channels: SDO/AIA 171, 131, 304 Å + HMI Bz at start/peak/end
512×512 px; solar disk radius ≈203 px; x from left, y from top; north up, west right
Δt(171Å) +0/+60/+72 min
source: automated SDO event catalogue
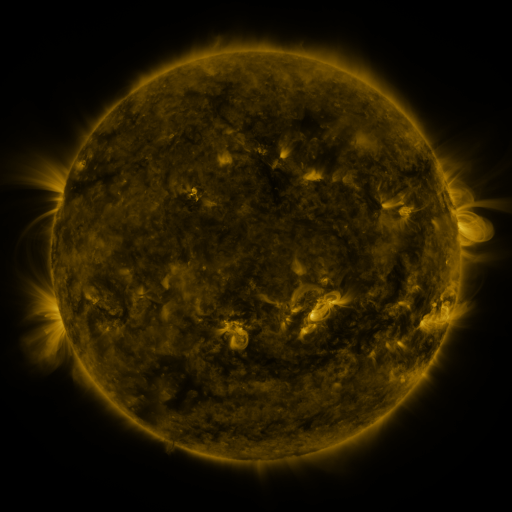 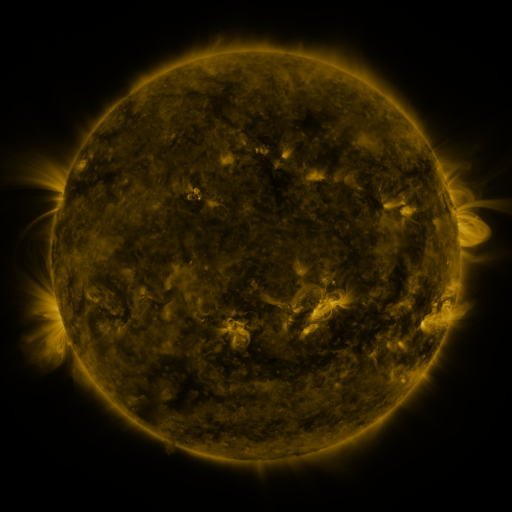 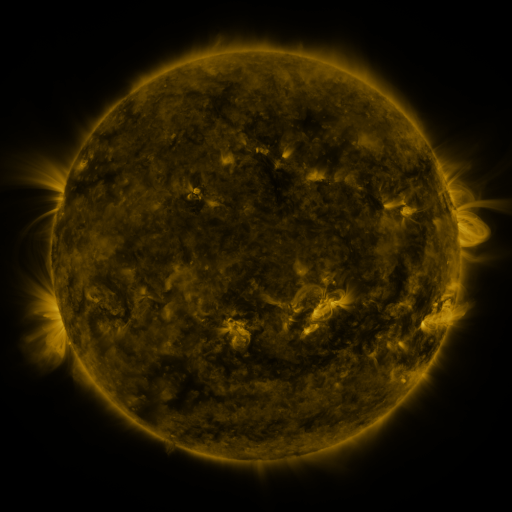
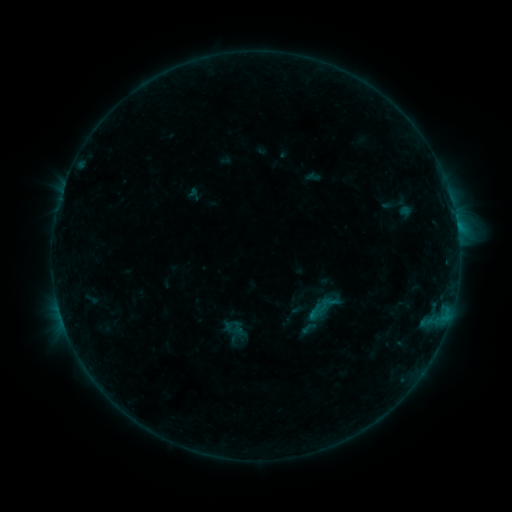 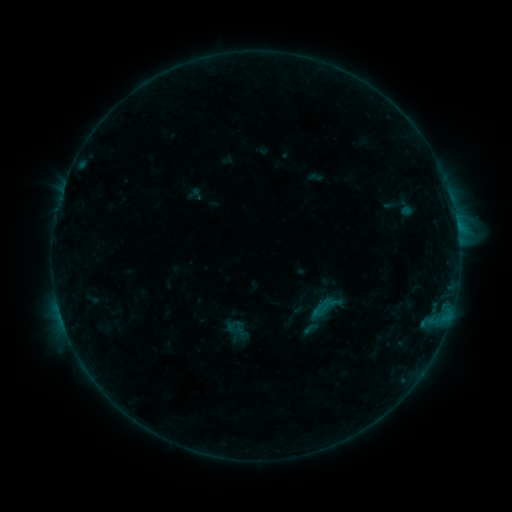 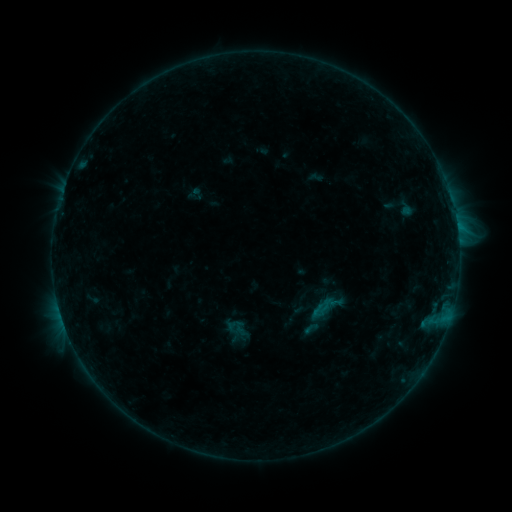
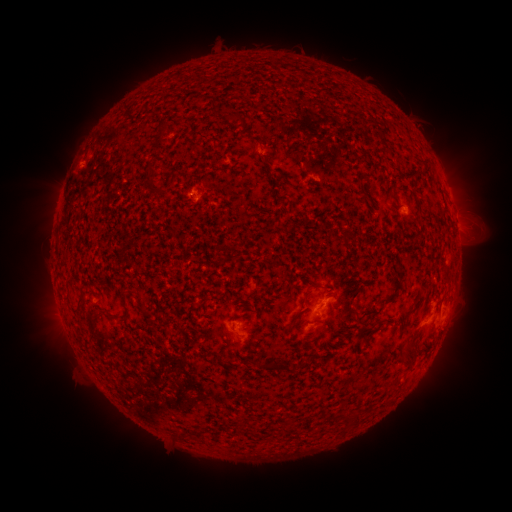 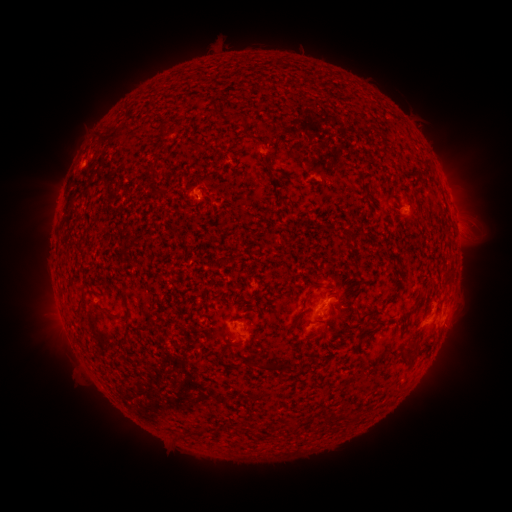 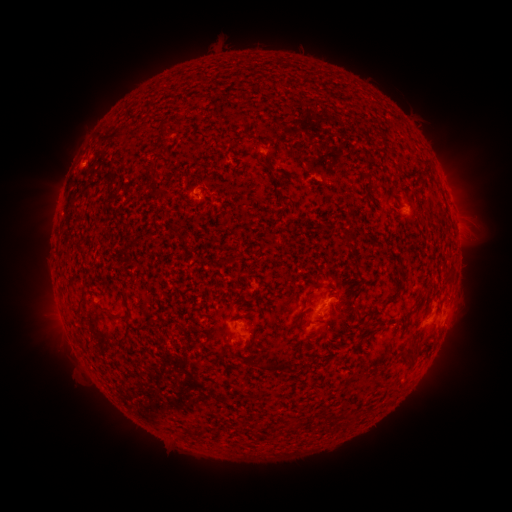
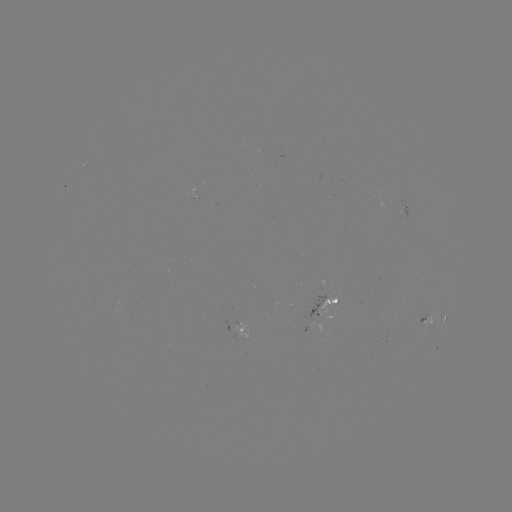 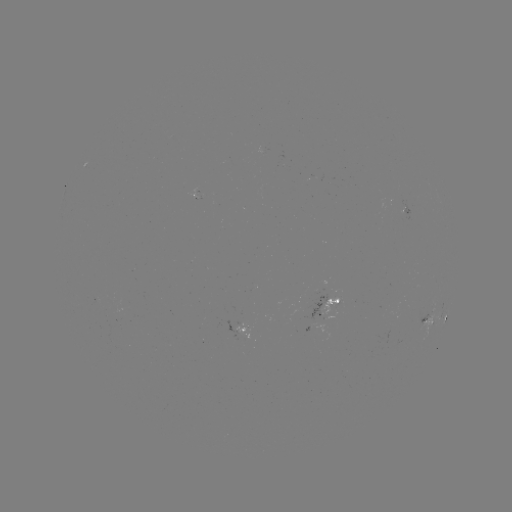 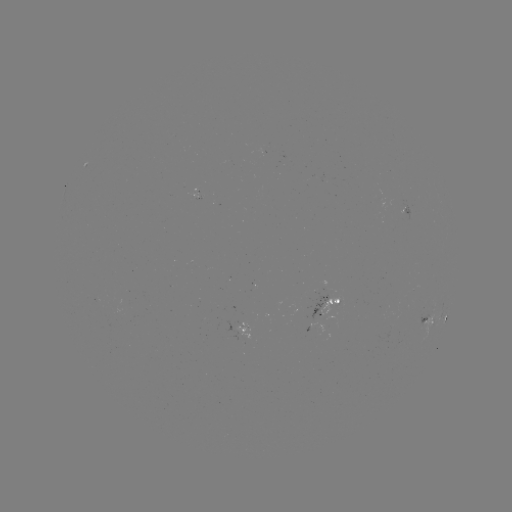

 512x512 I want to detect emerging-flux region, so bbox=[397, 208, 406, 220].